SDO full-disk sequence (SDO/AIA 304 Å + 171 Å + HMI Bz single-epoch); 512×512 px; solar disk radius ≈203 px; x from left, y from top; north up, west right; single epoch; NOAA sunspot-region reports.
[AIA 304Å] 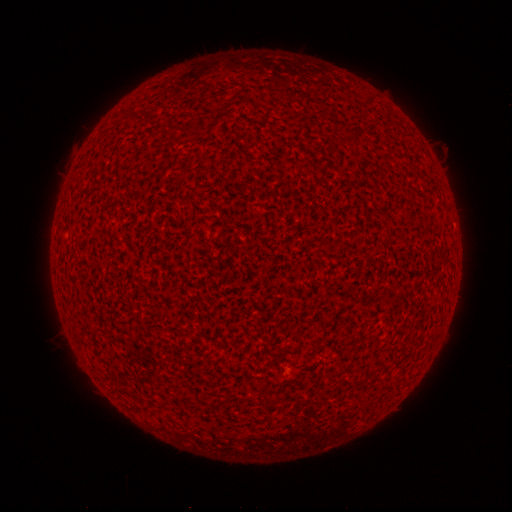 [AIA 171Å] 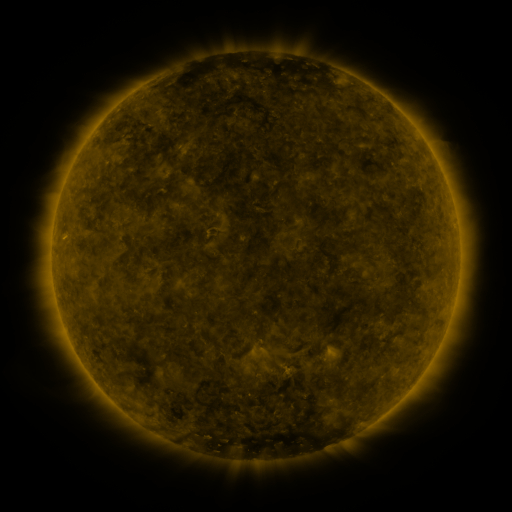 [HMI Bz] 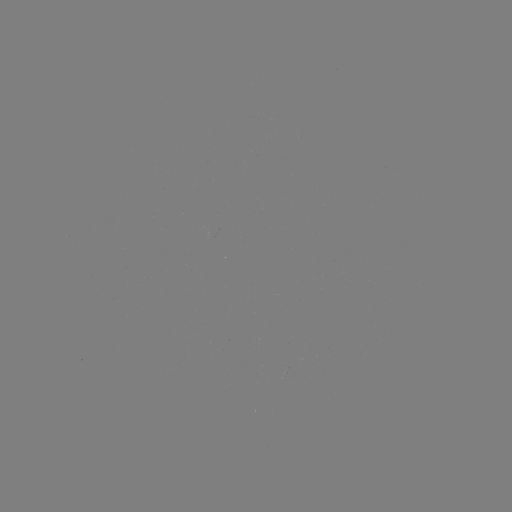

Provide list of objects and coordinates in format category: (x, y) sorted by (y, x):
(none)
